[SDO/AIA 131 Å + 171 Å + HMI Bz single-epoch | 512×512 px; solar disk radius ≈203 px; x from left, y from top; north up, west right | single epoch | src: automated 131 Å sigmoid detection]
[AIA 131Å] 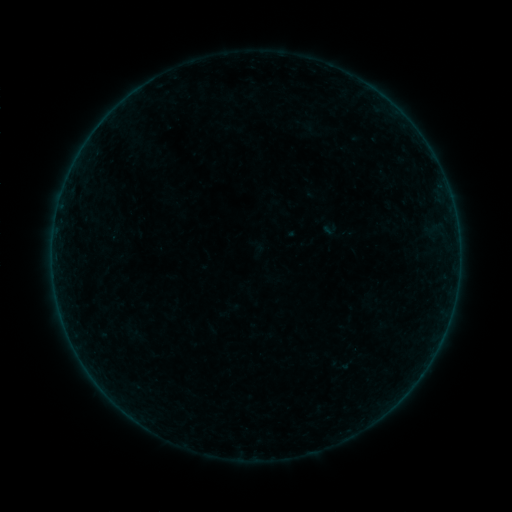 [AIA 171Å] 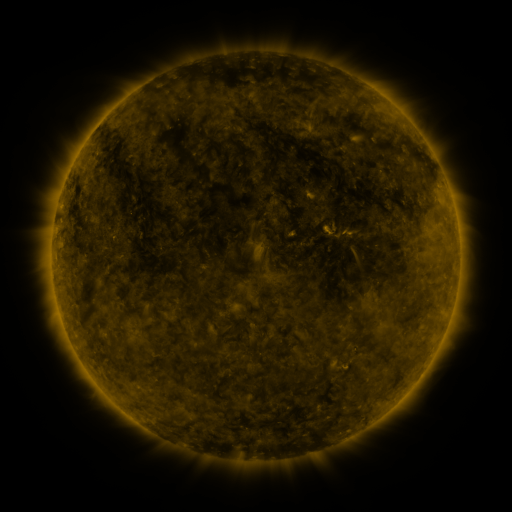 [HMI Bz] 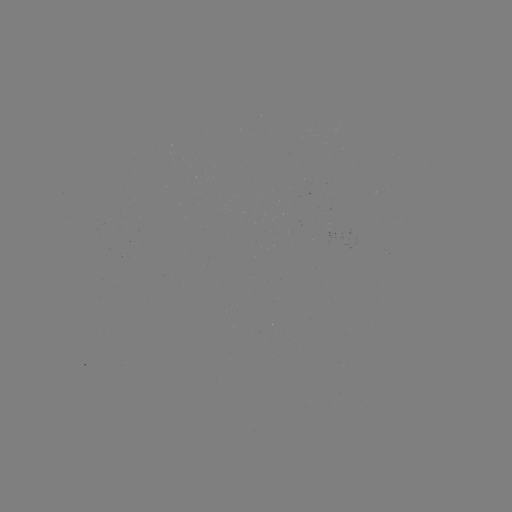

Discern sigmoid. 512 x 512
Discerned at (330, 229).